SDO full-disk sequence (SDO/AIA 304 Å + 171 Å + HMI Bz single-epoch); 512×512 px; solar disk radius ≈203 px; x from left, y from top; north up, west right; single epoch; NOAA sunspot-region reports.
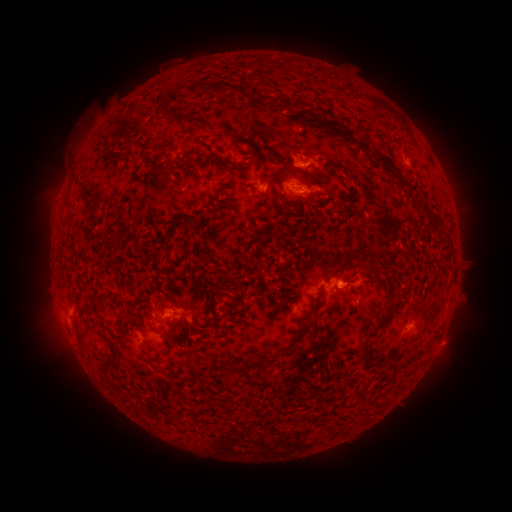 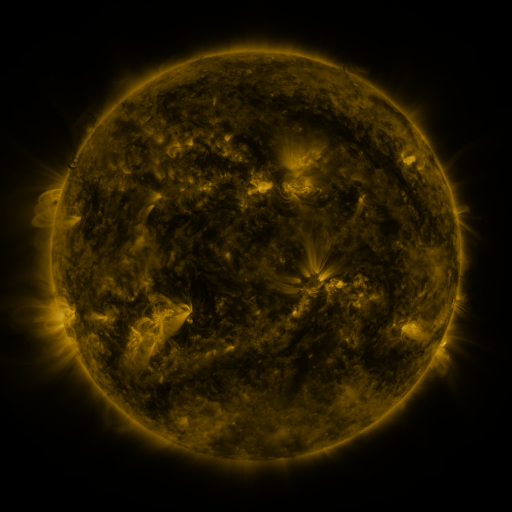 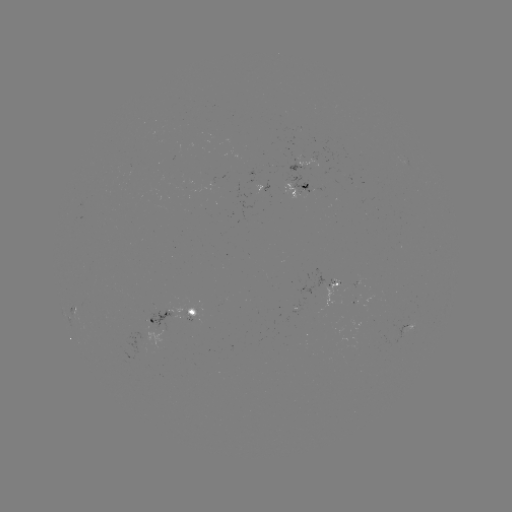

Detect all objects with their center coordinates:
spotted active region: (300, 191)
spotted active region: (336, 283)
spotted active region: (176, 311)
spotted active region: (407, 329)
